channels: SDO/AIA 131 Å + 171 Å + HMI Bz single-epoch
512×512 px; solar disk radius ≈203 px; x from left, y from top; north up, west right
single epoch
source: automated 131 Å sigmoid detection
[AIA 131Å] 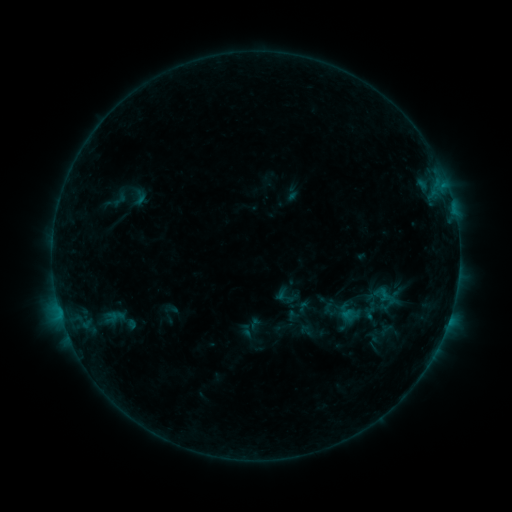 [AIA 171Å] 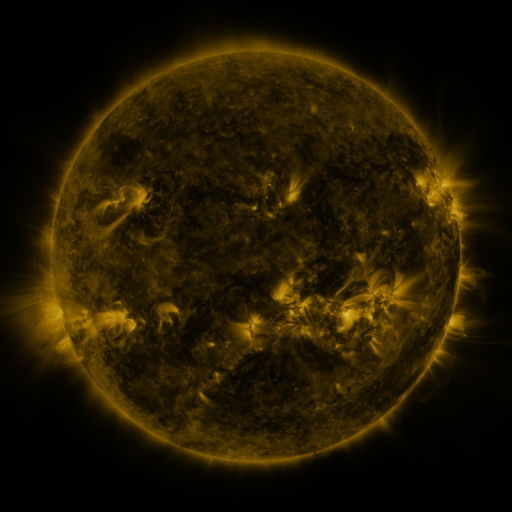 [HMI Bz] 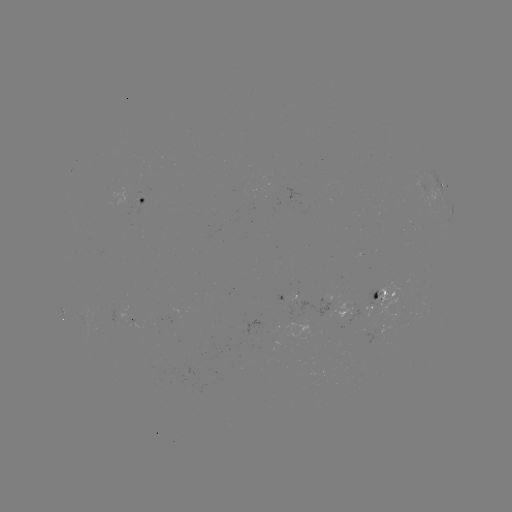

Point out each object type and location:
sigmoid: (139, 197)
sigmoid: (119, 200)
